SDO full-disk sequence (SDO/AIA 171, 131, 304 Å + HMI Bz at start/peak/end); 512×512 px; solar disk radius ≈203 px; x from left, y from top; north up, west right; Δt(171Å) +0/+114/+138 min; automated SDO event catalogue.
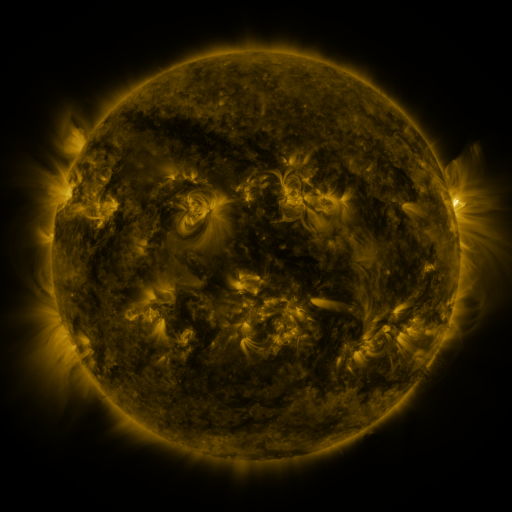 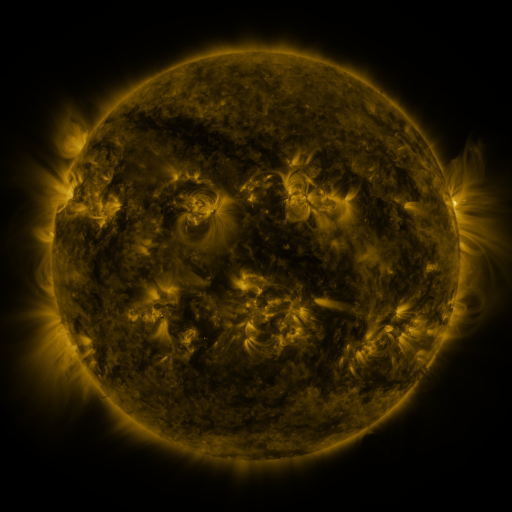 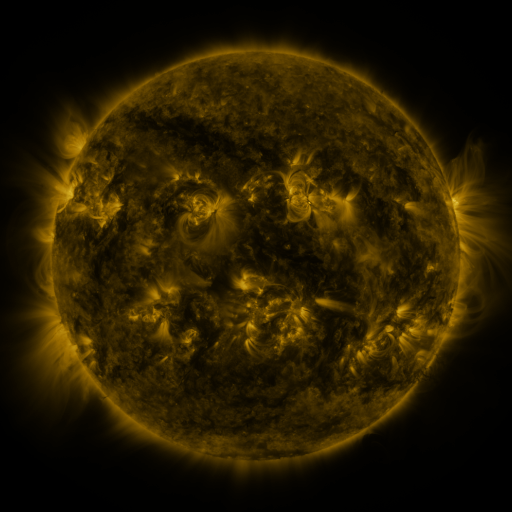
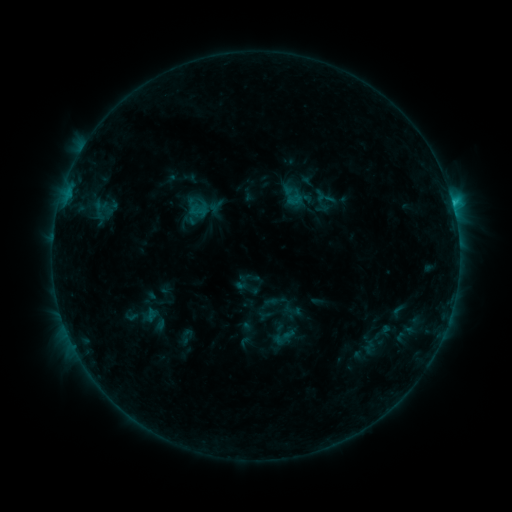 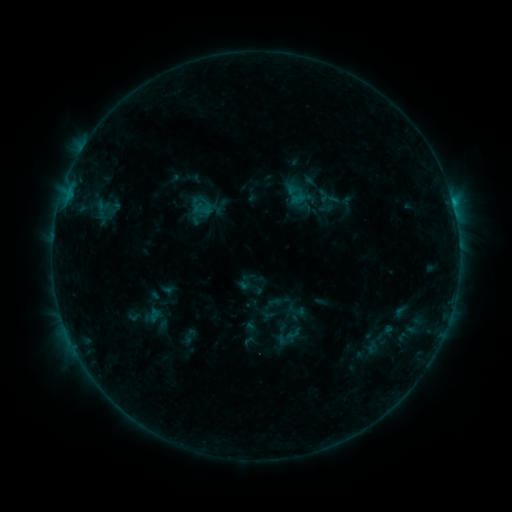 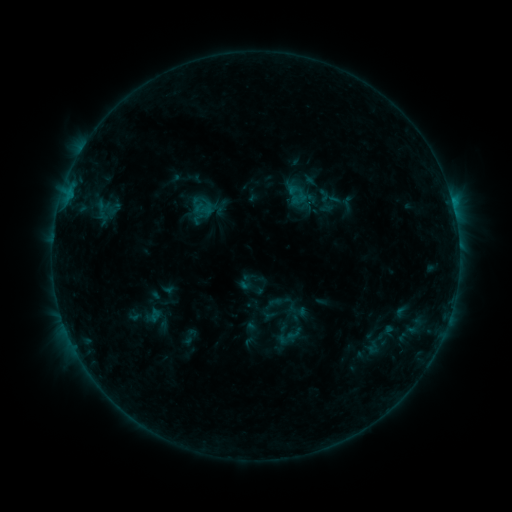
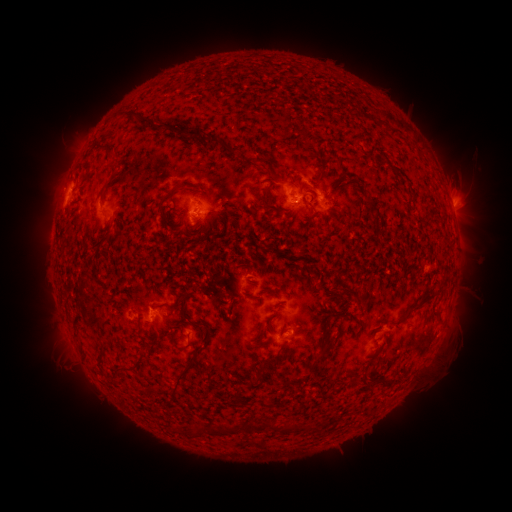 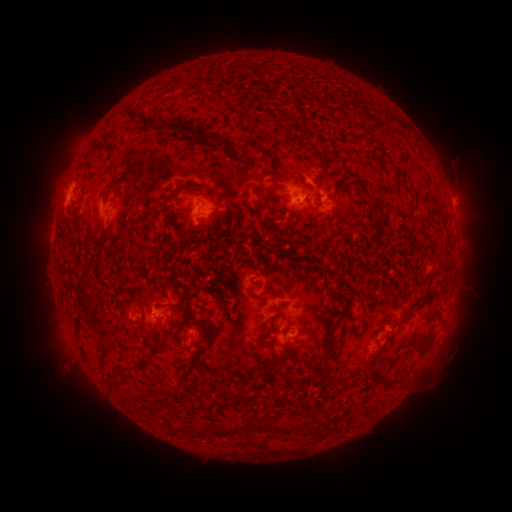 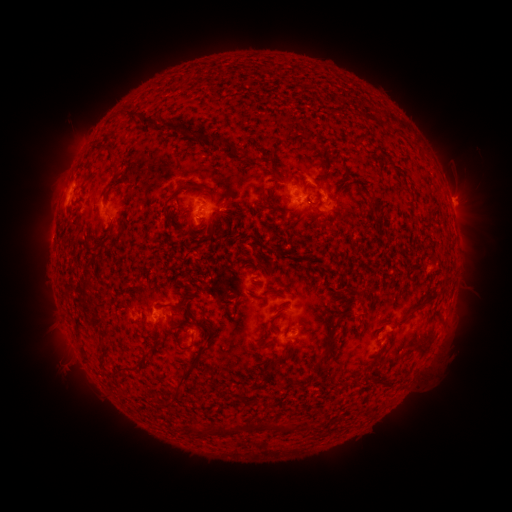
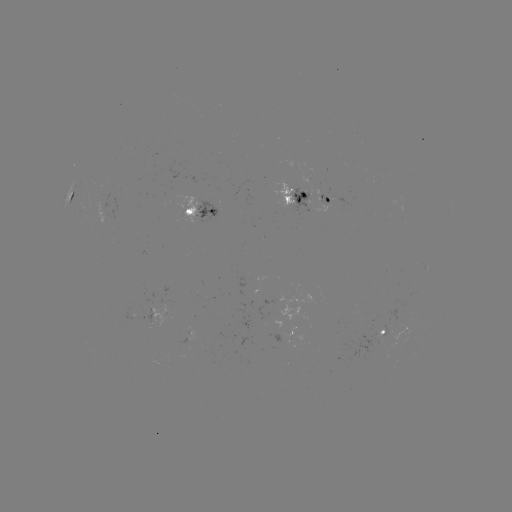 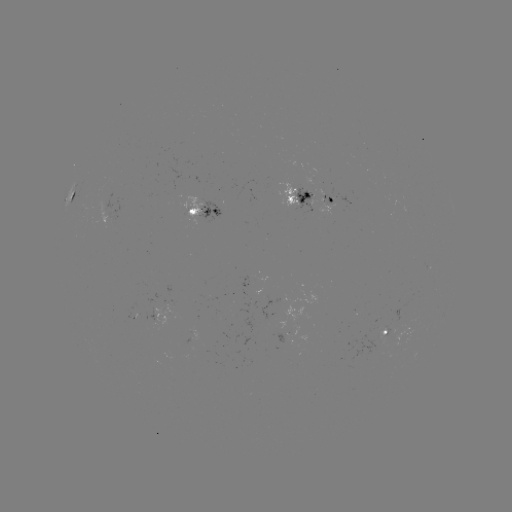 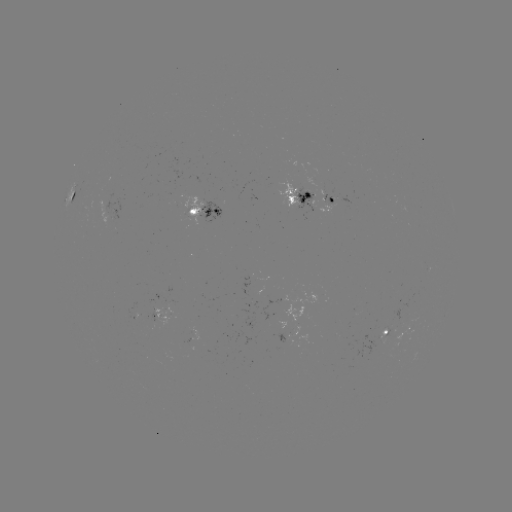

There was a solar emerging-flux region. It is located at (387, 330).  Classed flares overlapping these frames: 2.